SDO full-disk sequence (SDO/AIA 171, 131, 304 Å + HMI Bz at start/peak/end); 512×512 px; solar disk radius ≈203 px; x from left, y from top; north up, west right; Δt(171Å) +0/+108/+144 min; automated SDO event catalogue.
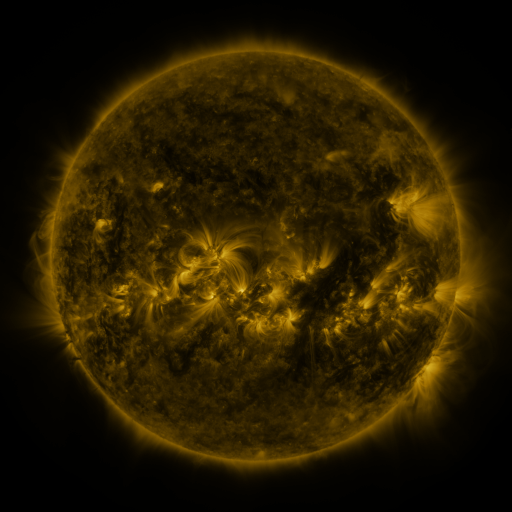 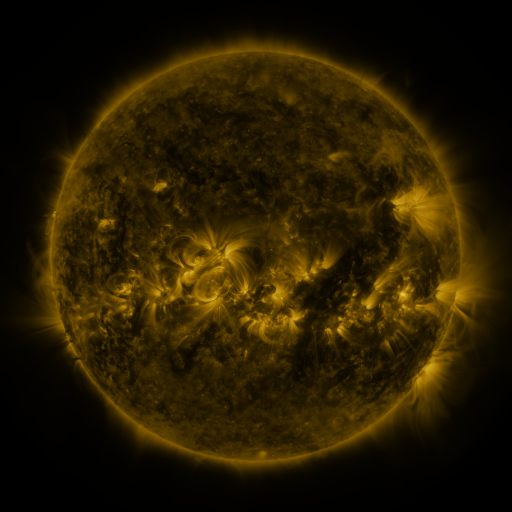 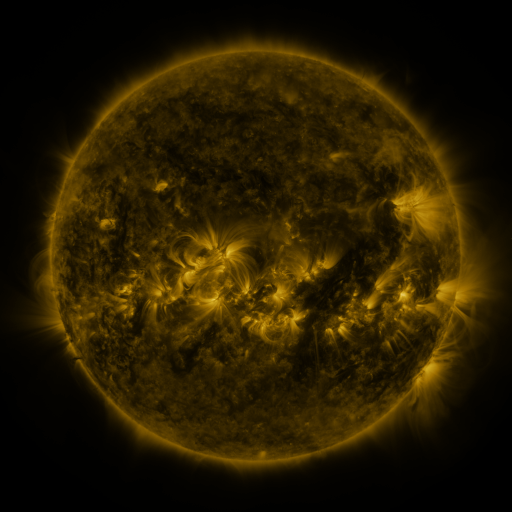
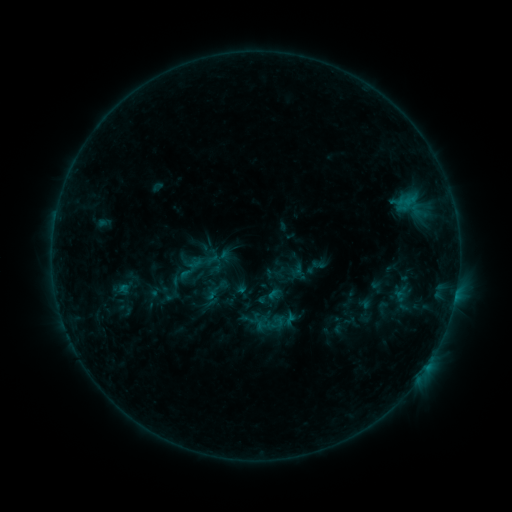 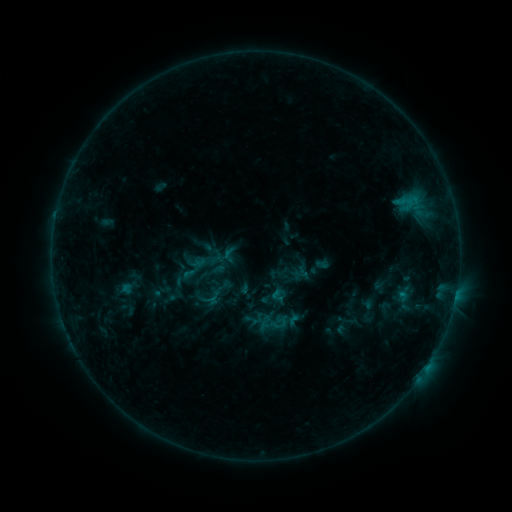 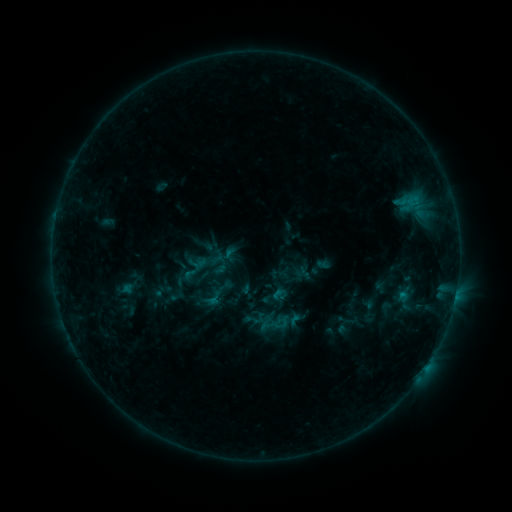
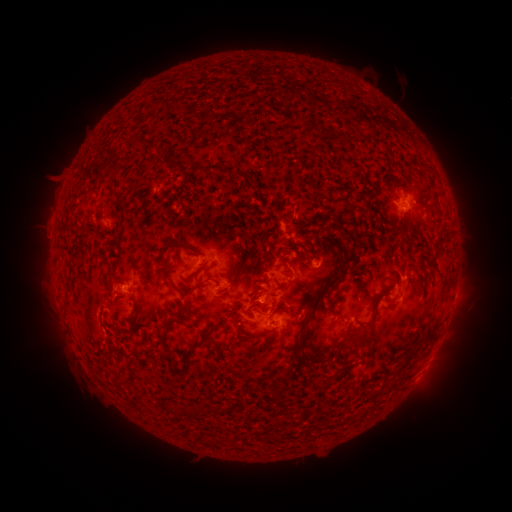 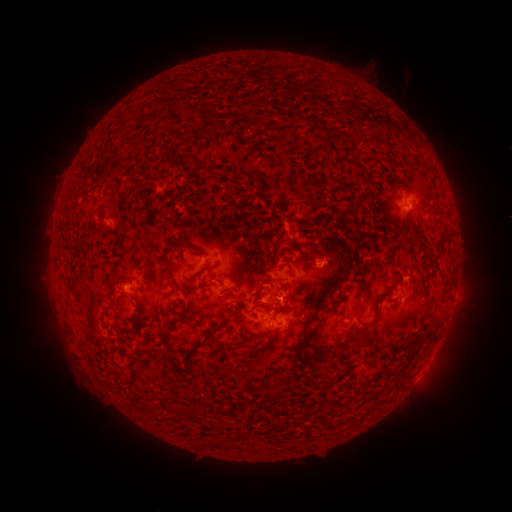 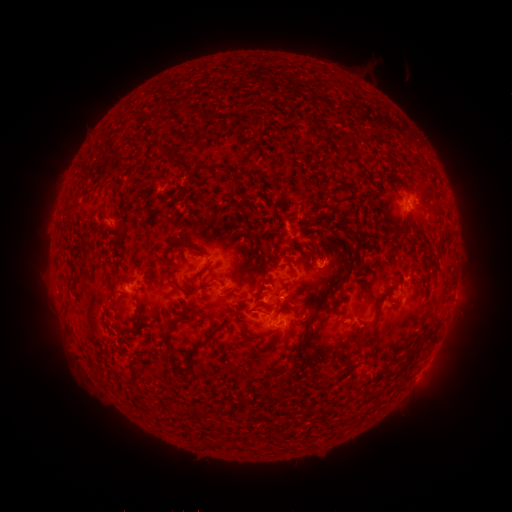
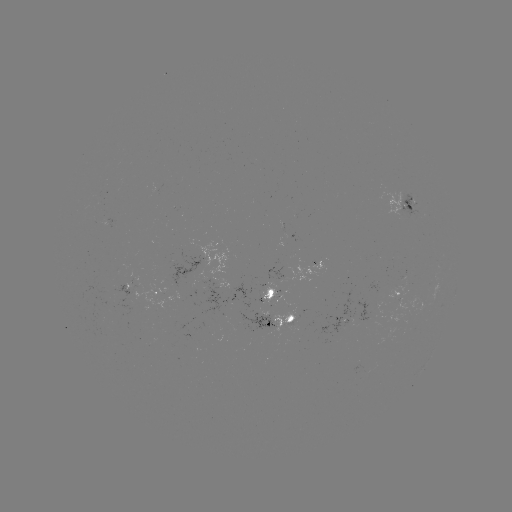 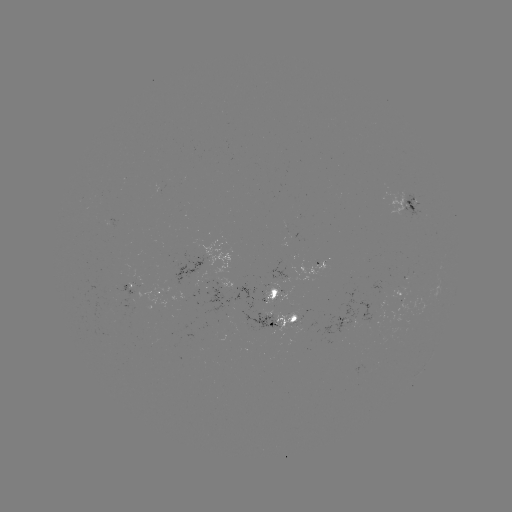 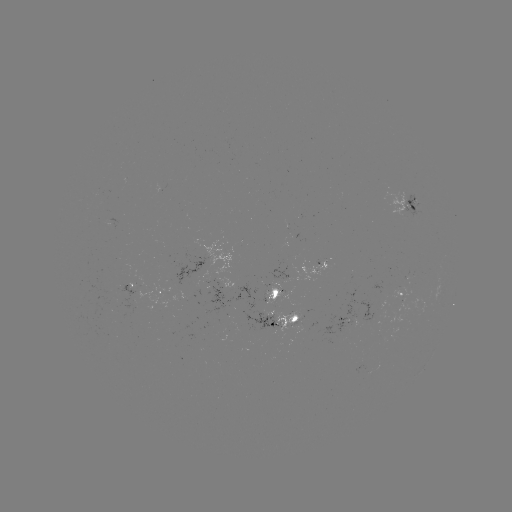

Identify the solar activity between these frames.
emerging-flux region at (123, 290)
